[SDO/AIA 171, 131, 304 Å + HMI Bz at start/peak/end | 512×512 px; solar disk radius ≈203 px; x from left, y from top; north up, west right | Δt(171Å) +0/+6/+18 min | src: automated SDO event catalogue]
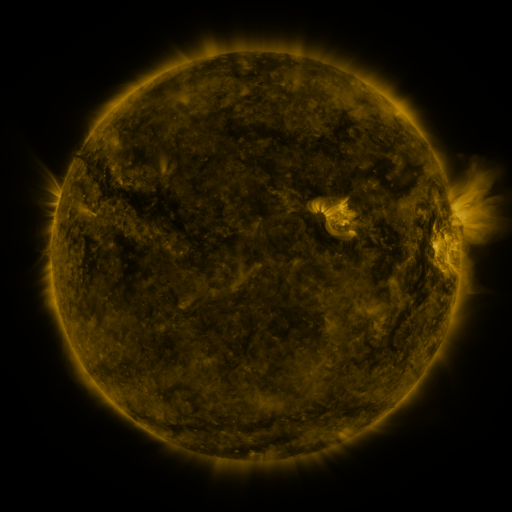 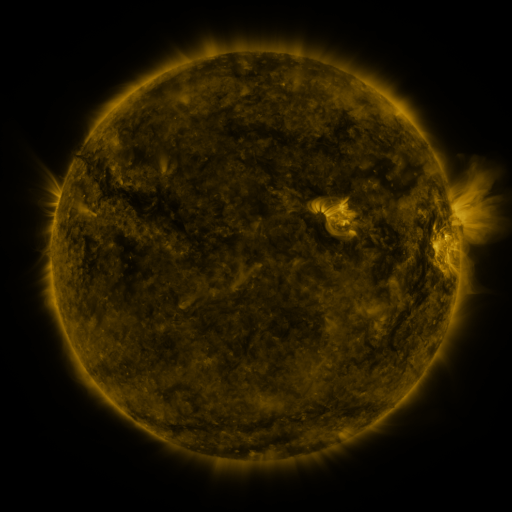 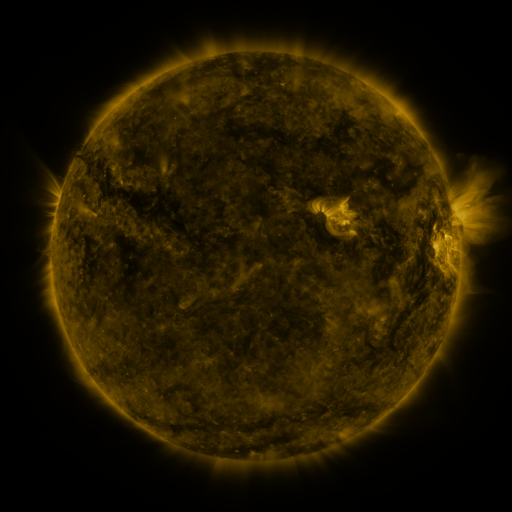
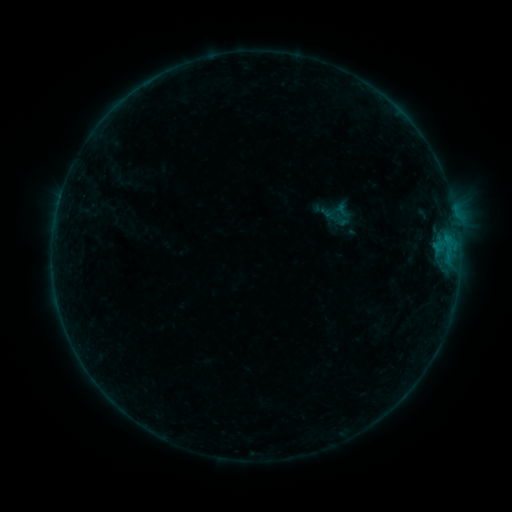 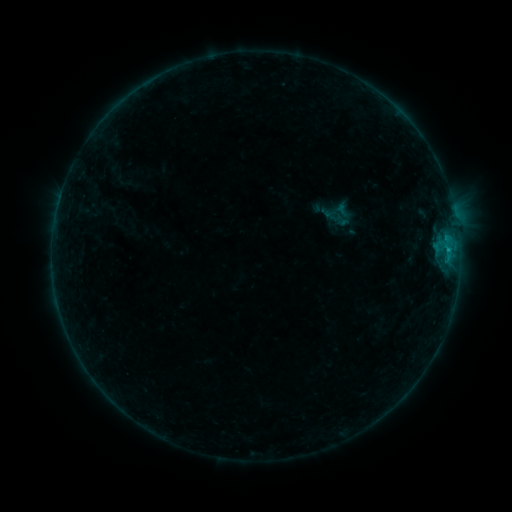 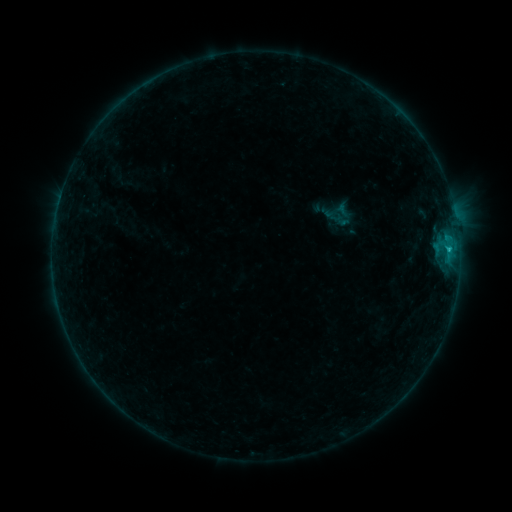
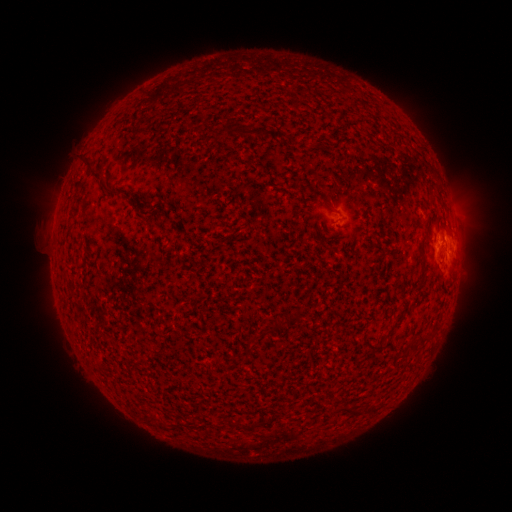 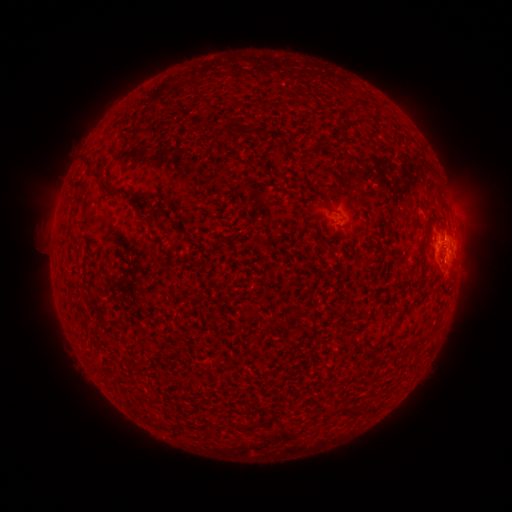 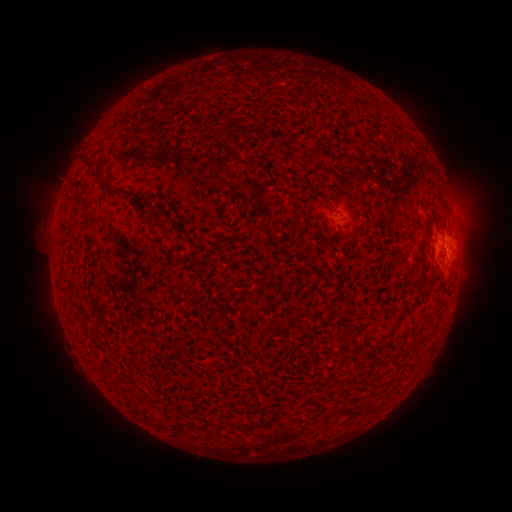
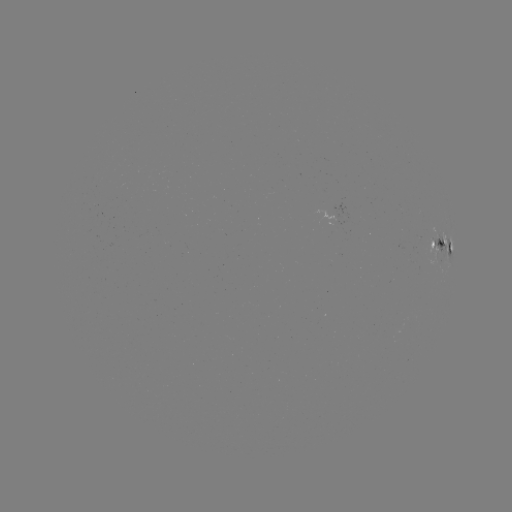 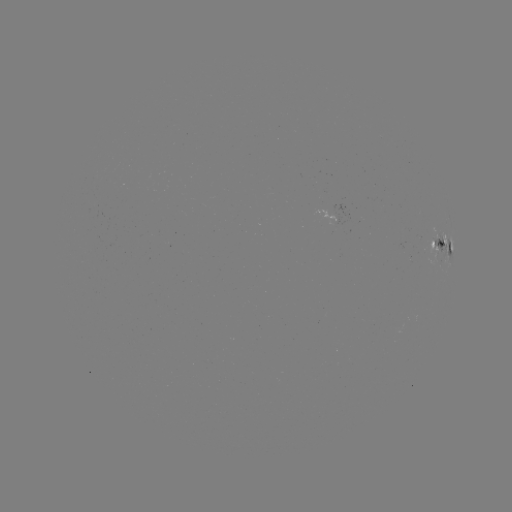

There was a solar flare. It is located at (448, 251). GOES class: B7.6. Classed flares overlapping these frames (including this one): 1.